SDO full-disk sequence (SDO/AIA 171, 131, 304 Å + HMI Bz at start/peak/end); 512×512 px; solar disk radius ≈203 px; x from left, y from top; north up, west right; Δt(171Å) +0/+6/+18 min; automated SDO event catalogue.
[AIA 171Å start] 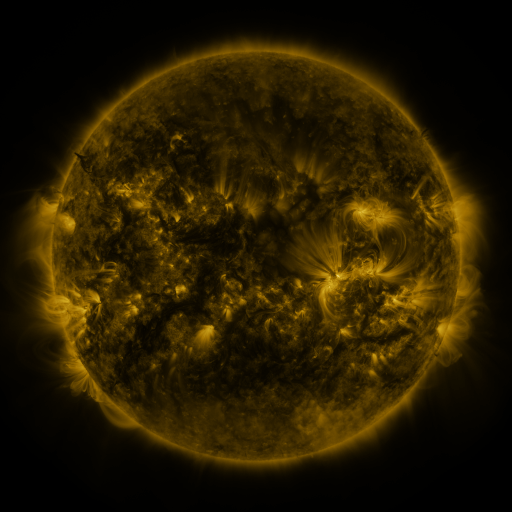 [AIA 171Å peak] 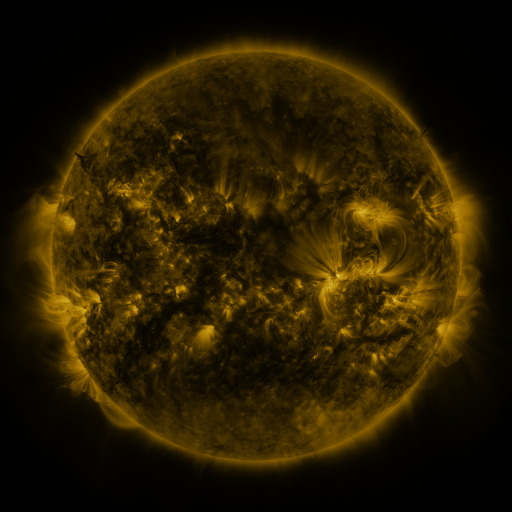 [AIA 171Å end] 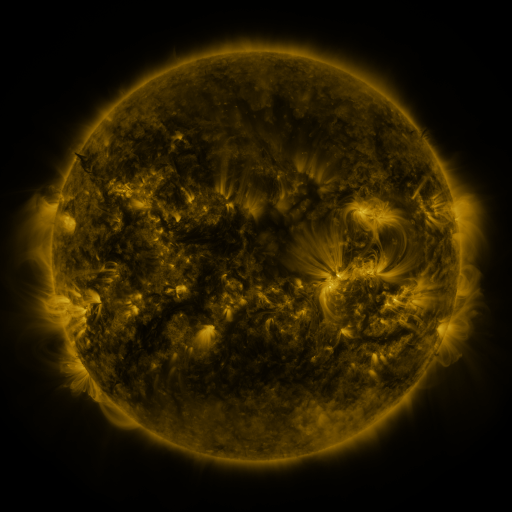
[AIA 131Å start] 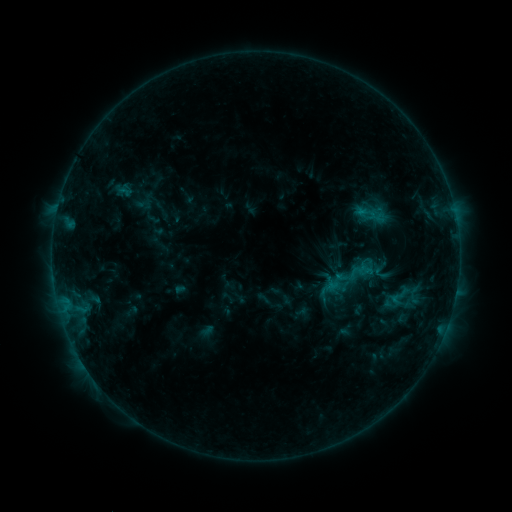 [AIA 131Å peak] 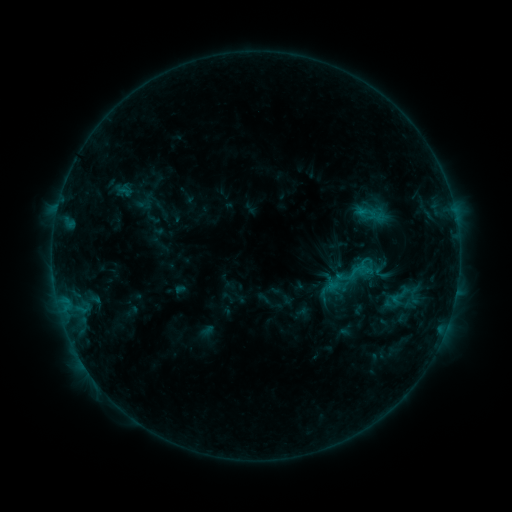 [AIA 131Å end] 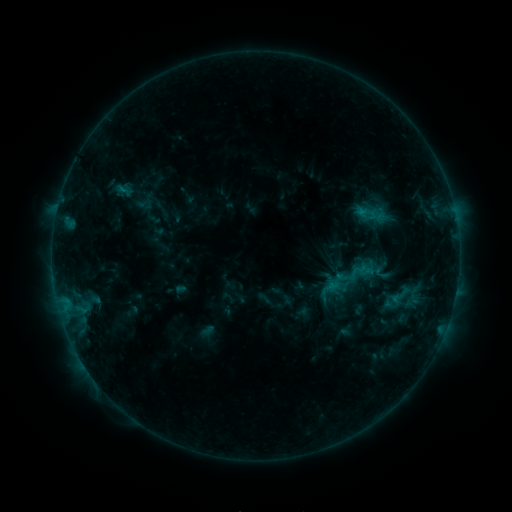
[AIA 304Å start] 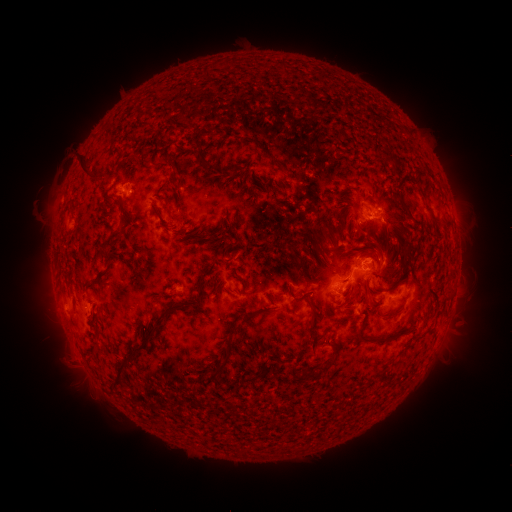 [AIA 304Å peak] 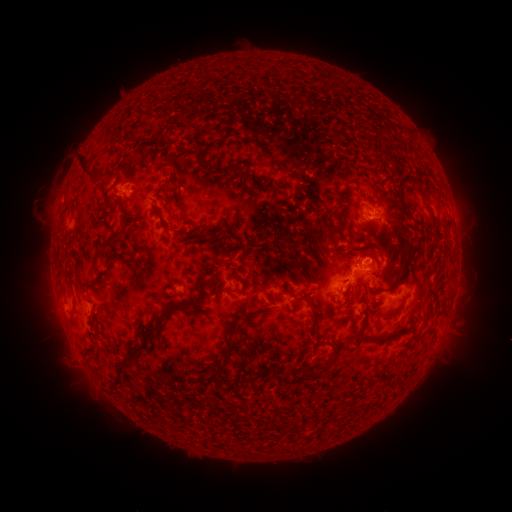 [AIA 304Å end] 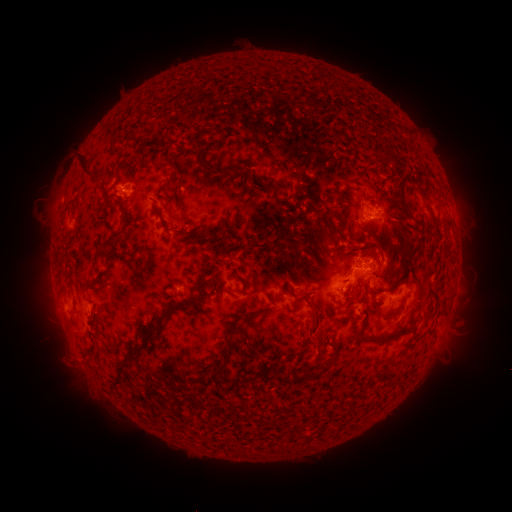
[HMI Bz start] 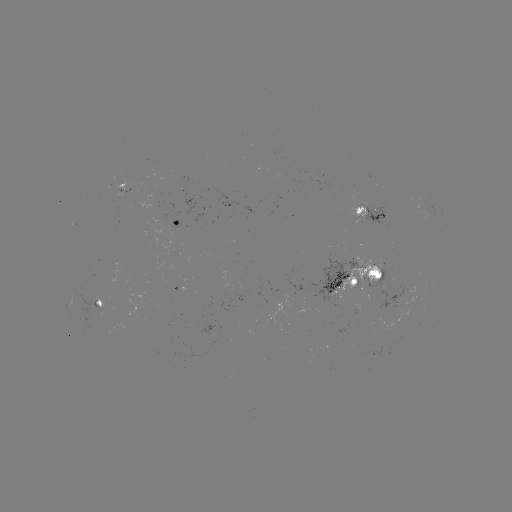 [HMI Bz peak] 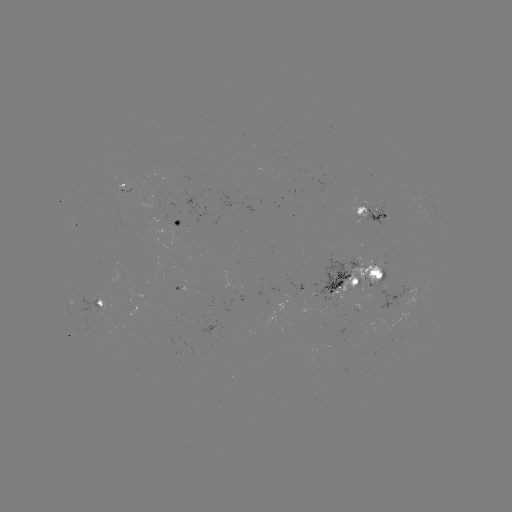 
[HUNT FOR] eruption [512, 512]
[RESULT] (314, 338)